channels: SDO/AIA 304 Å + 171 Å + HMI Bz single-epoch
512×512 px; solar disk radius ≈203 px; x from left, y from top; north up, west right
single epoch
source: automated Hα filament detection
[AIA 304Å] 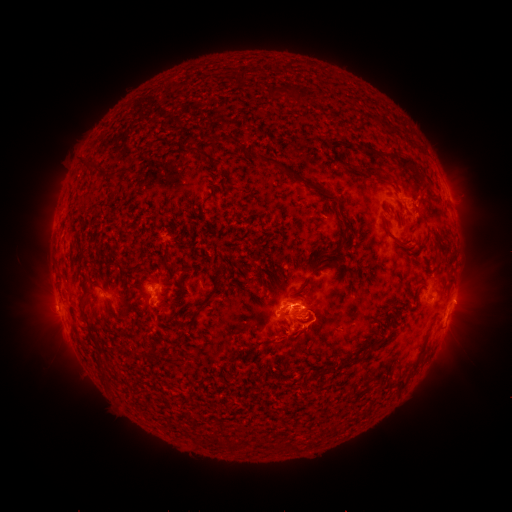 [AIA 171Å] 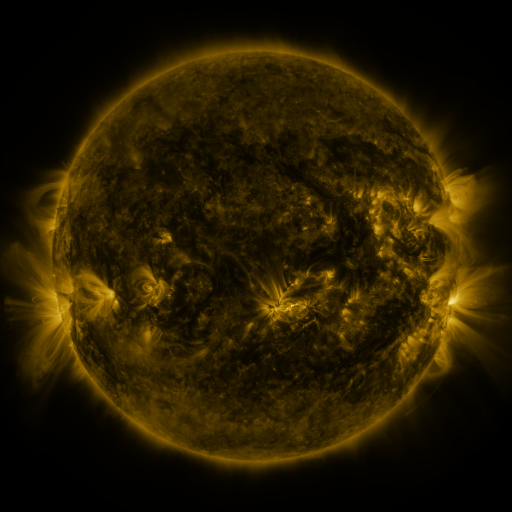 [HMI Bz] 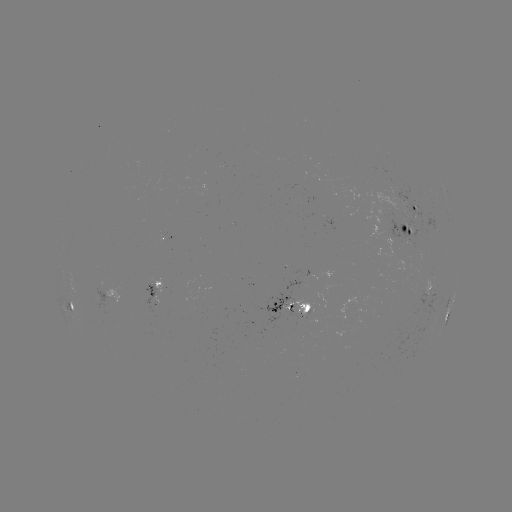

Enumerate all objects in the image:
filament: <bbox>240, 70, 247, 82</bbox>
filament: <bbox>222, 135, 241, 145</bbox>
filament: <bbox>365, 145, 417, 170</bbox>
filament: <bbox>188, 146, 211, 159</bbox>
filament: <bbox>258, 155, 289, 173</bbox>
filament: <bbox>345, 165, 360, 175</bbox>
filament: <bbox>364, 165, 384, 182</bbox>
filament: <bbox>341, 217, 350, 239</bbox>
filament: <bbox>382, 220, 396, 240</bbox>
filament: <bbox>400, 229, 413, 247</bbox>
filament: <bbox>295, 276, 311, 293</bbox>
filament: <bbox>78, 290, 88, 304</bbox>
